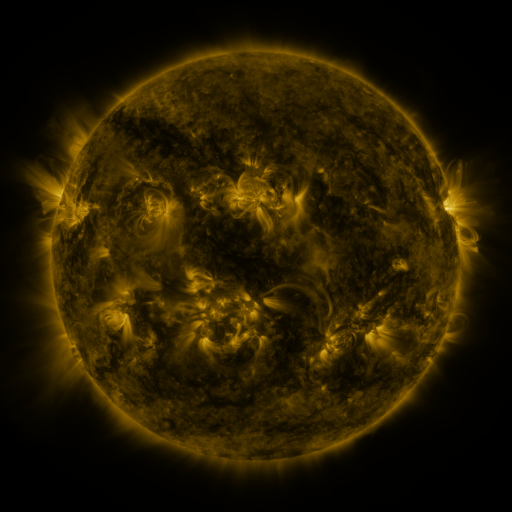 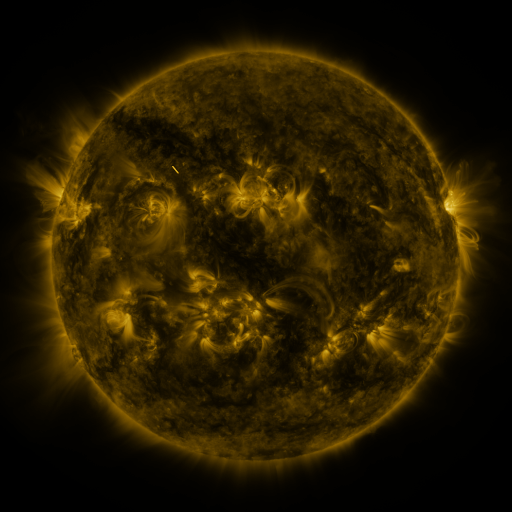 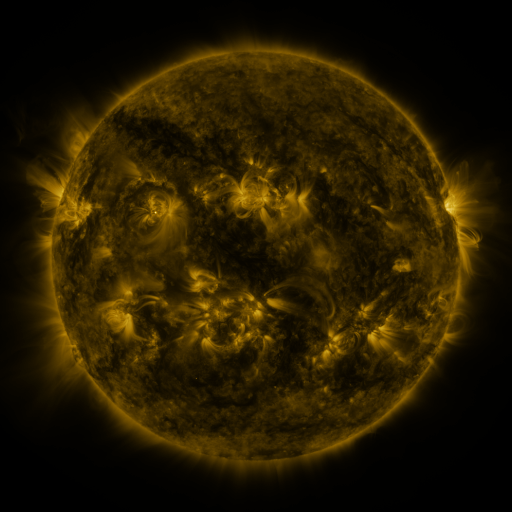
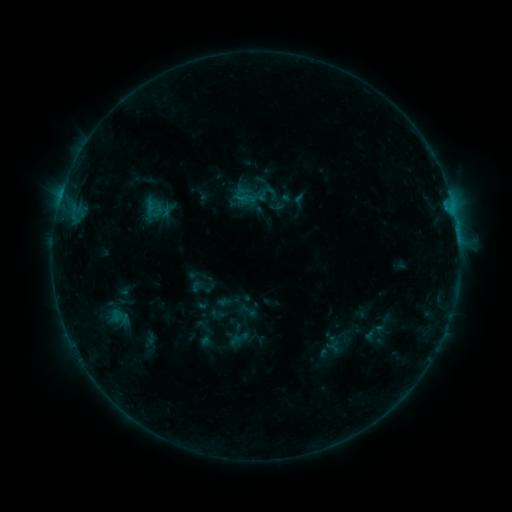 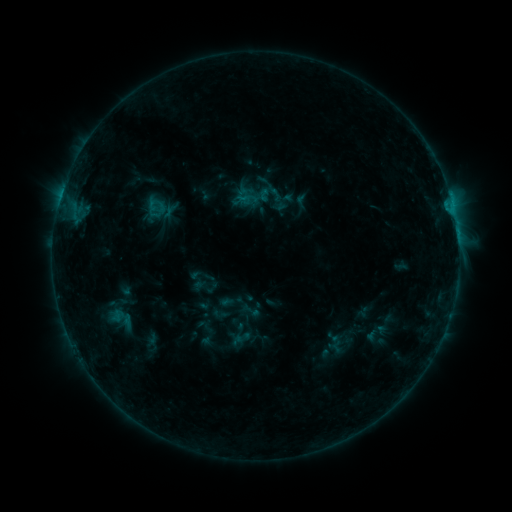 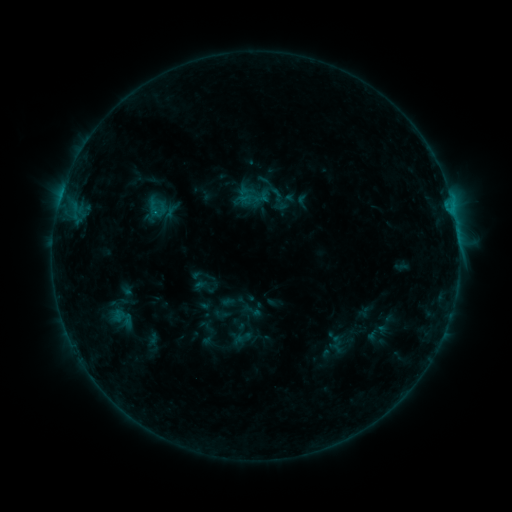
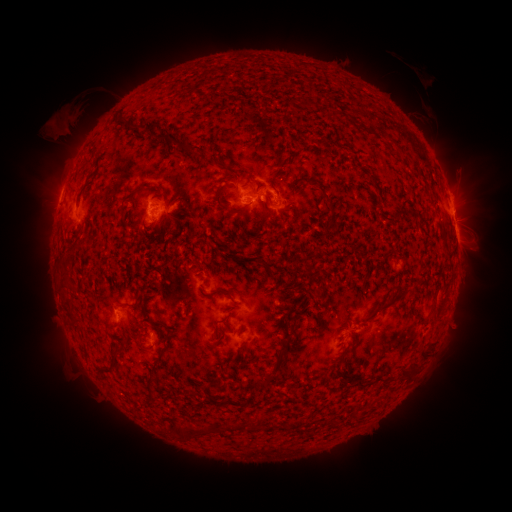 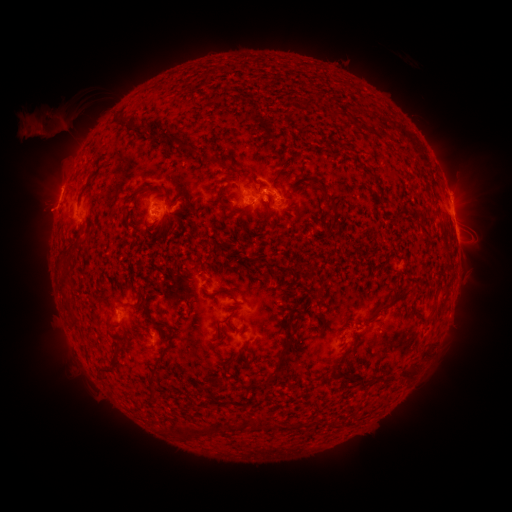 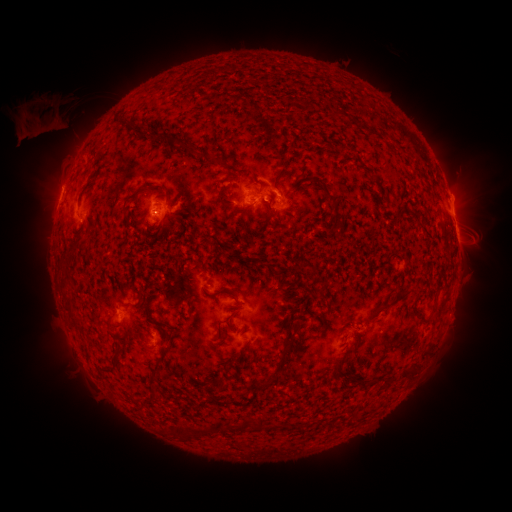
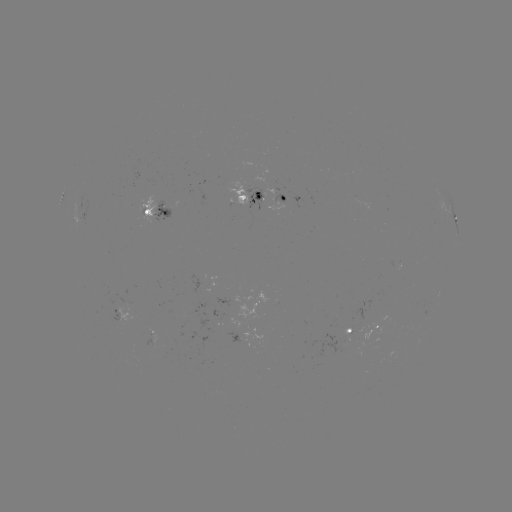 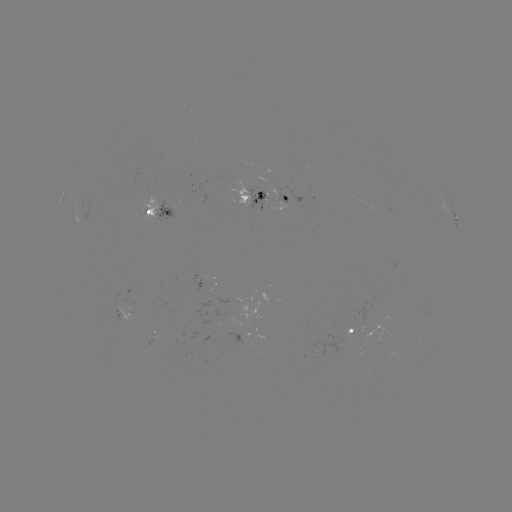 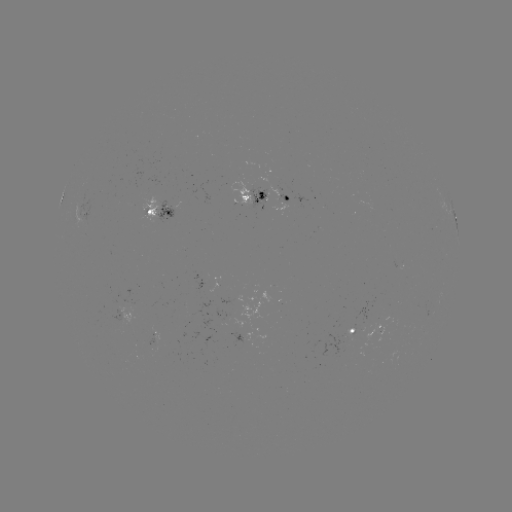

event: emerging-flux region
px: (118, 322)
